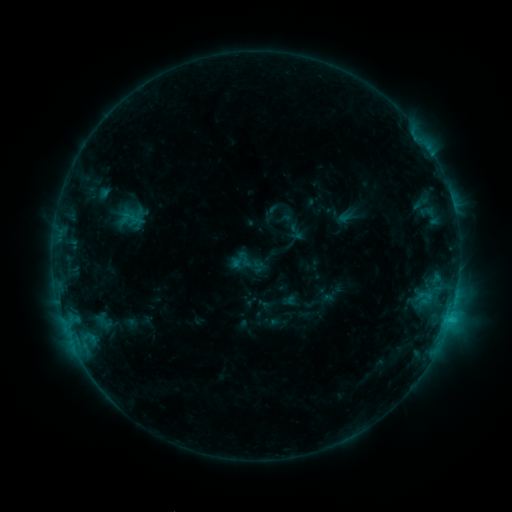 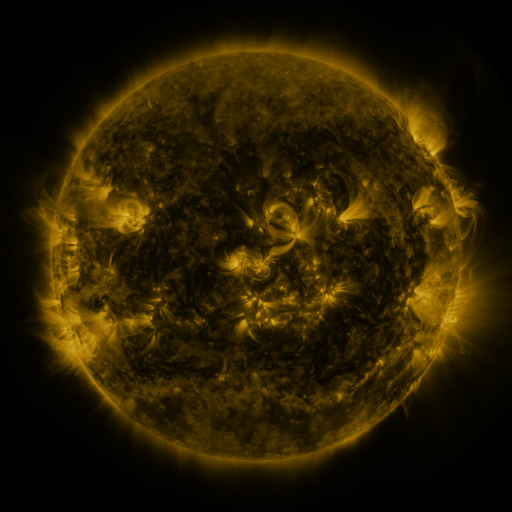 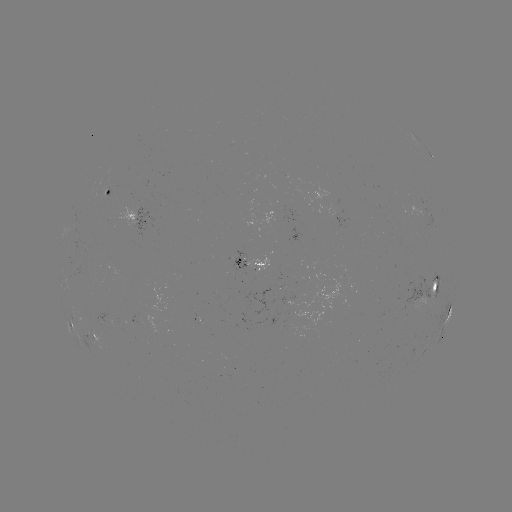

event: sigmoid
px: (245, 259)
